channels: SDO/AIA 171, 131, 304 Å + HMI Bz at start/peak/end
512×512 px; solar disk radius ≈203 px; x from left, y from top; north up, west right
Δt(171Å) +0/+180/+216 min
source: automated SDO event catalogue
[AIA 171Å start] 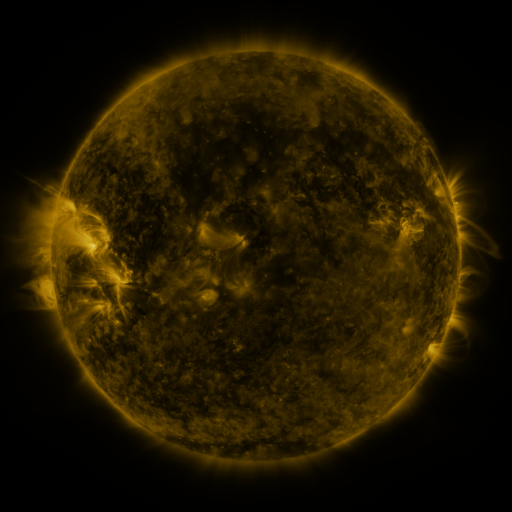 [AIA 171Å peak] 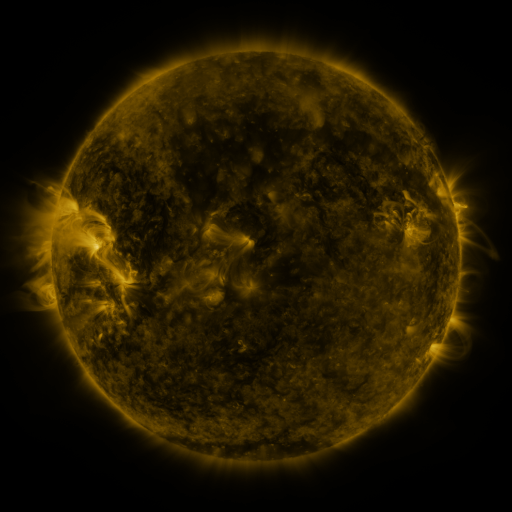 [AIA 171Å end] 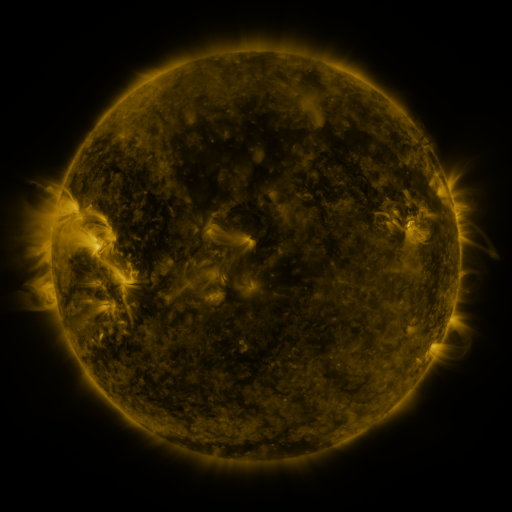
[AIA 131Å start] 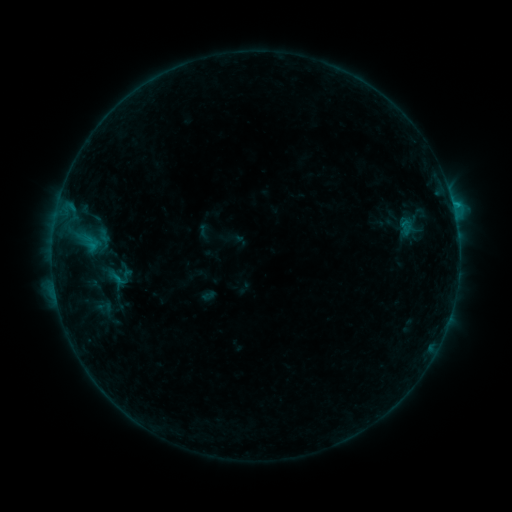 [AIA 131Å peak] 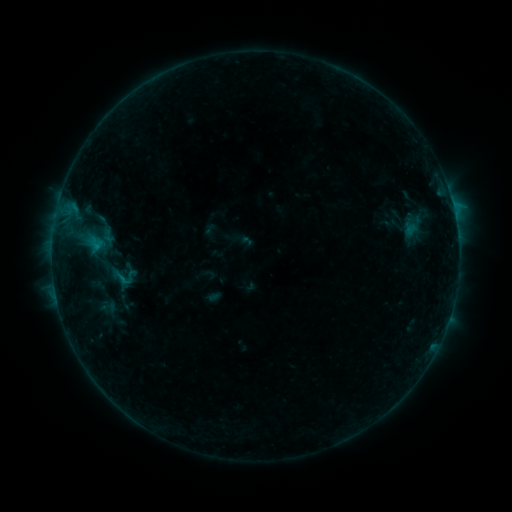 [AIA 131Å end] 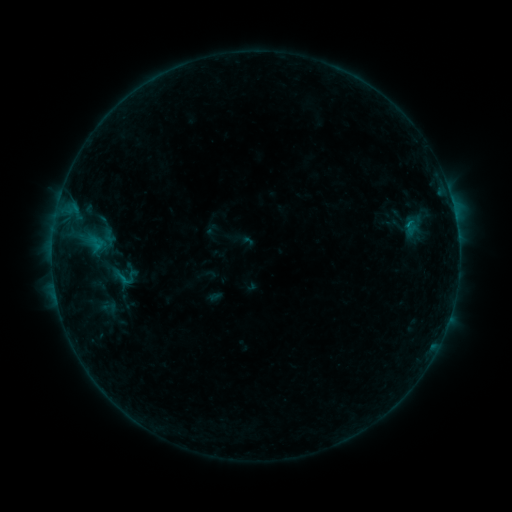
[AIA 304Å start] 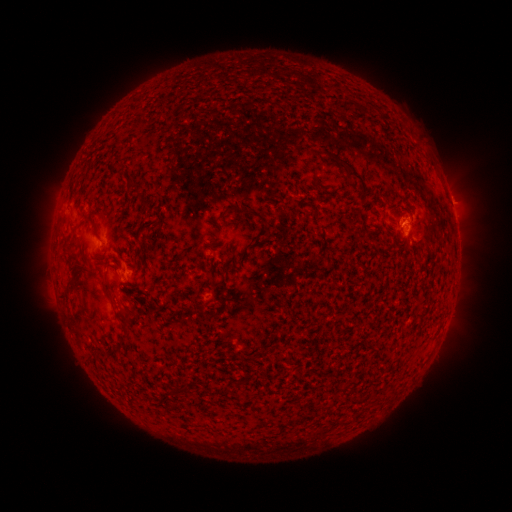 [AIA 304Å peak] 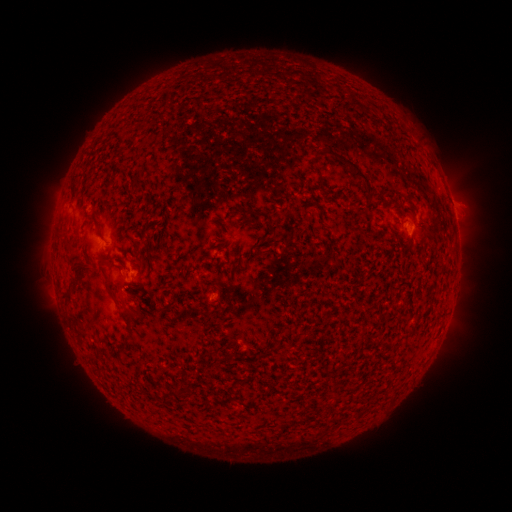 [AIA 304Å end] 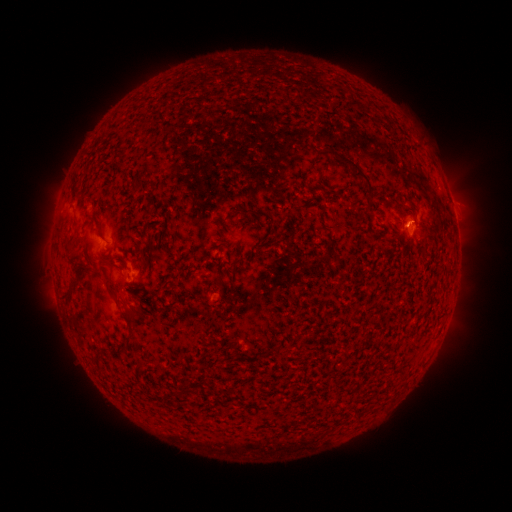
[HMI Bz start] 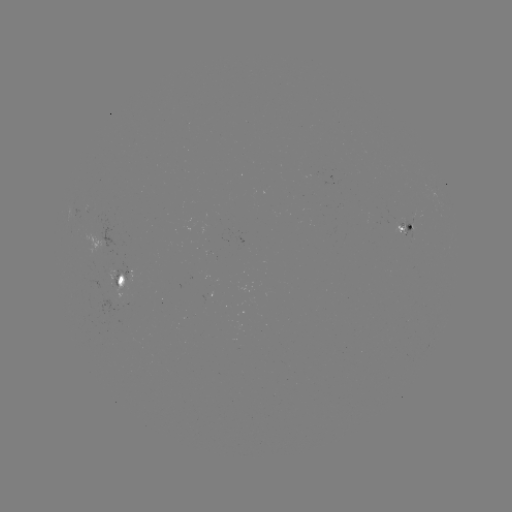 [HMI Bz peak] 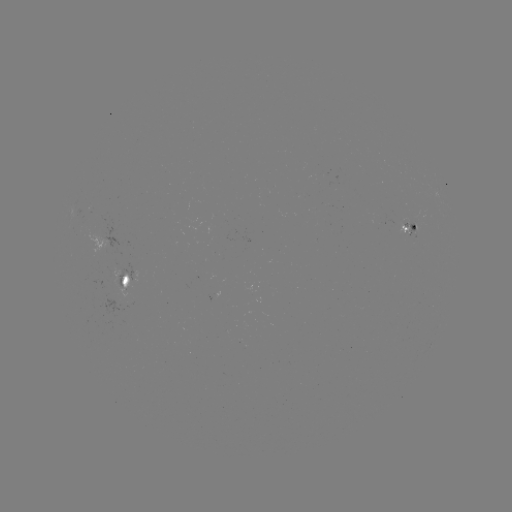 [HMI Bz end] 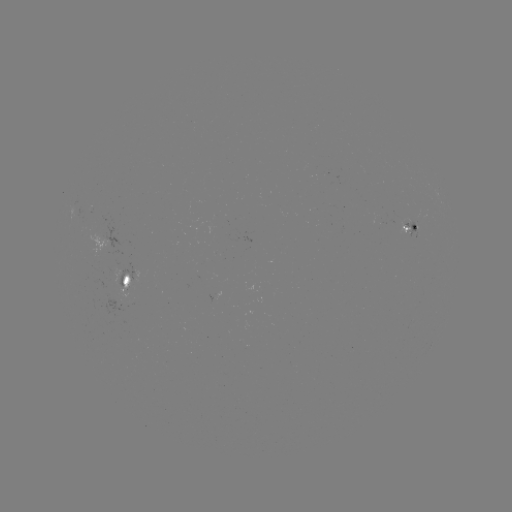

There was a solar emerging-flux region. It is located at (118, 280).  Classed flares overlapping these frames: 1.